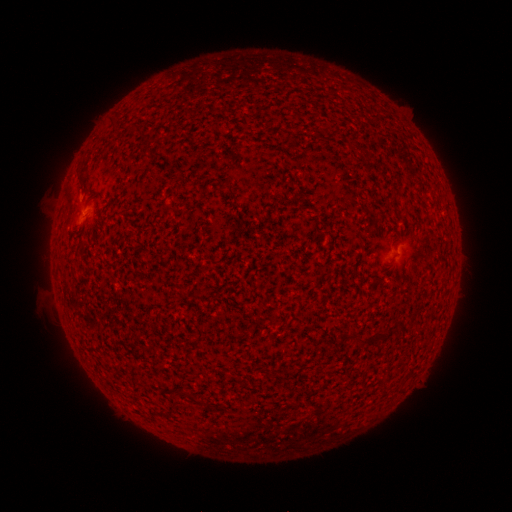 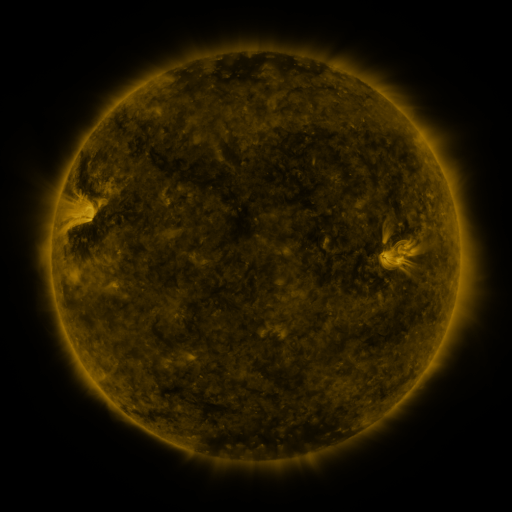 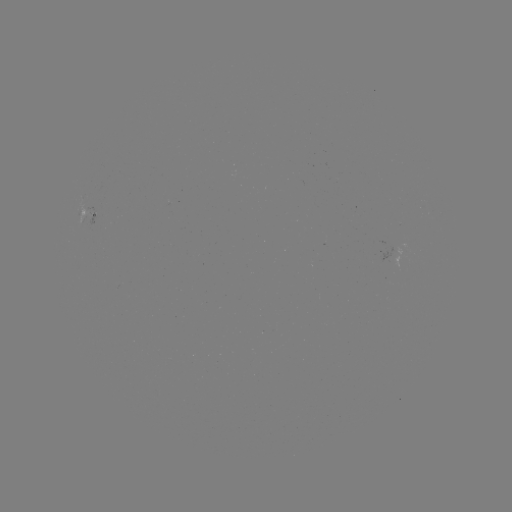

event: spotted active region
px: (89, 212)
